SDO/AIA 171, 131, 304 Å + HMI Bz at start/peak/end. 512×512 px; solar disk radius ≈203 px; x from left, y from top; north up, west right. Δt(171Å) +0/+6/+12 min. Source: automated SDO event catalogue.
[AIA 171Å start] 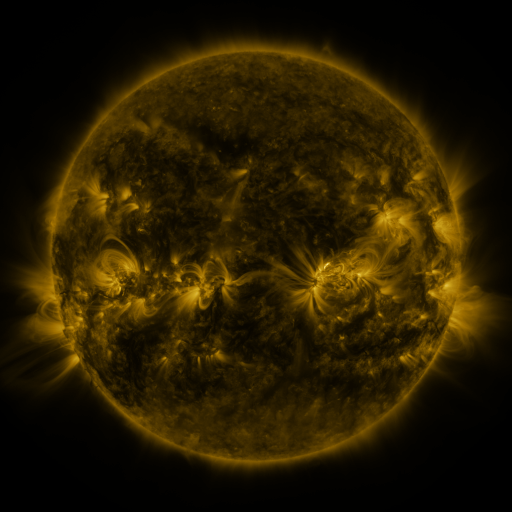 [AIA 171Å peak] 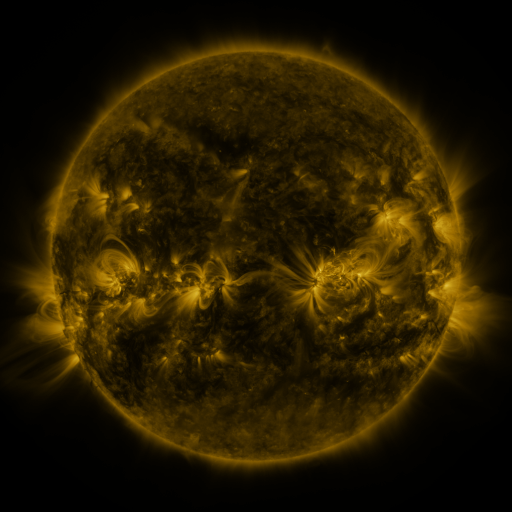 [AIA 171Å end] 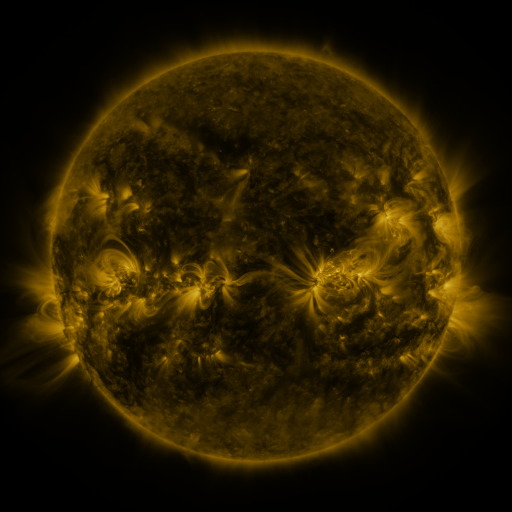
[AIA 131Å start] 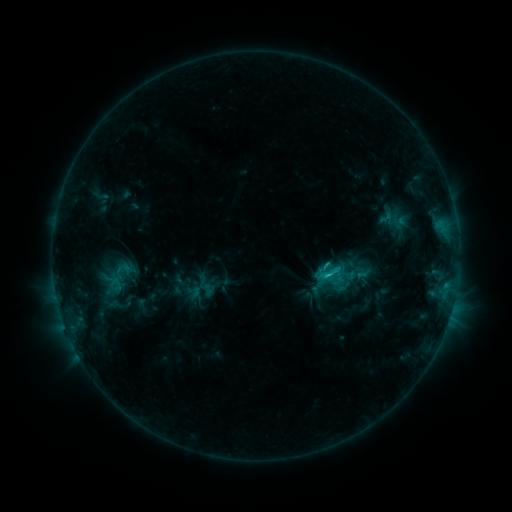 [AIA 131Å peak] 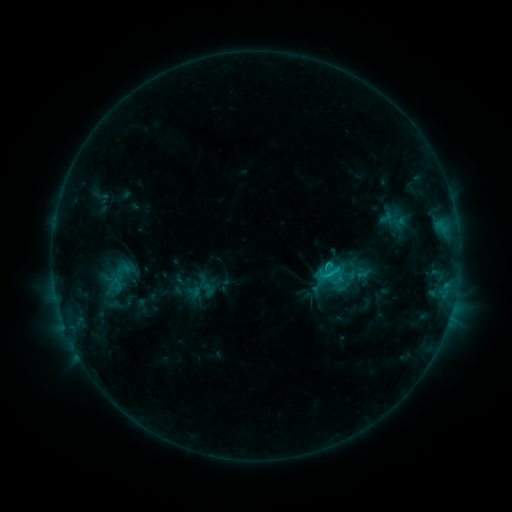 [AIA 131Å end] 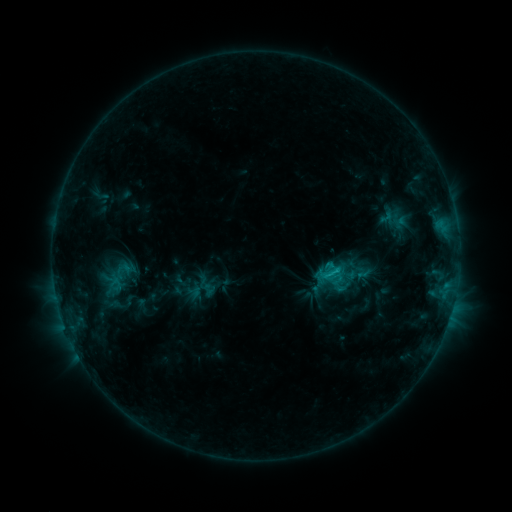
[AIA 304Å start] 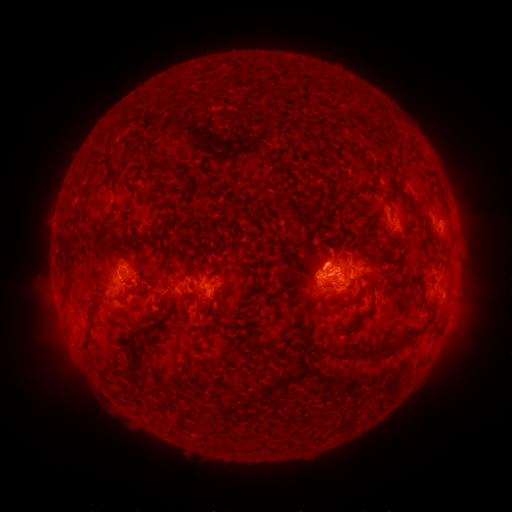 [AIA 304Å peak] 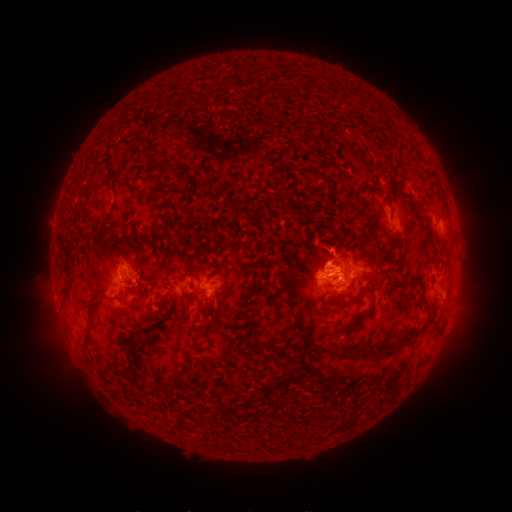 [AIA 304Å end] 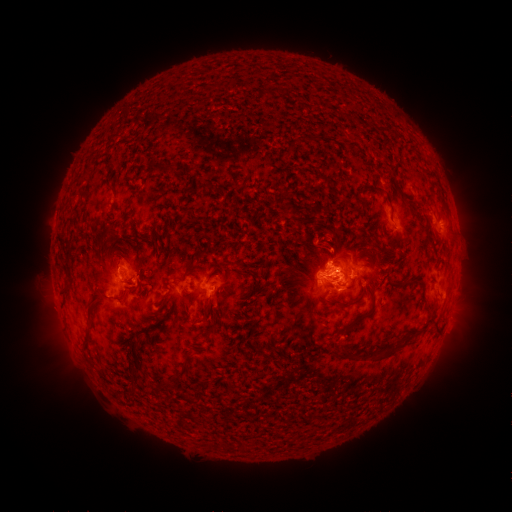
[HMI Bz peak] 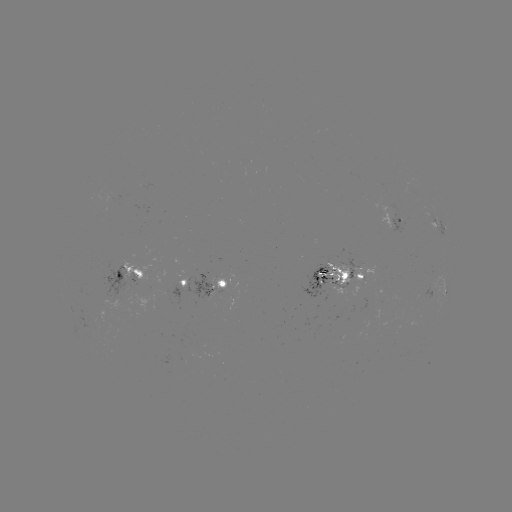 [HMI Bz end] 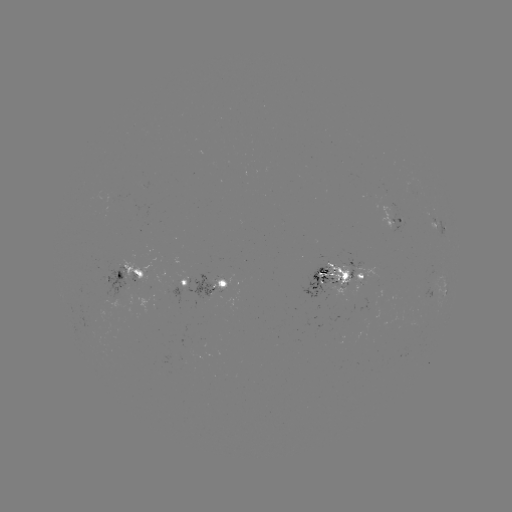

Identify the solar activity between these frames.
eruption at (331, 242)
